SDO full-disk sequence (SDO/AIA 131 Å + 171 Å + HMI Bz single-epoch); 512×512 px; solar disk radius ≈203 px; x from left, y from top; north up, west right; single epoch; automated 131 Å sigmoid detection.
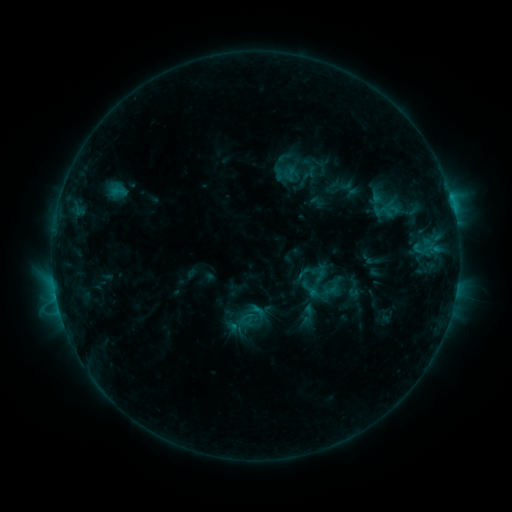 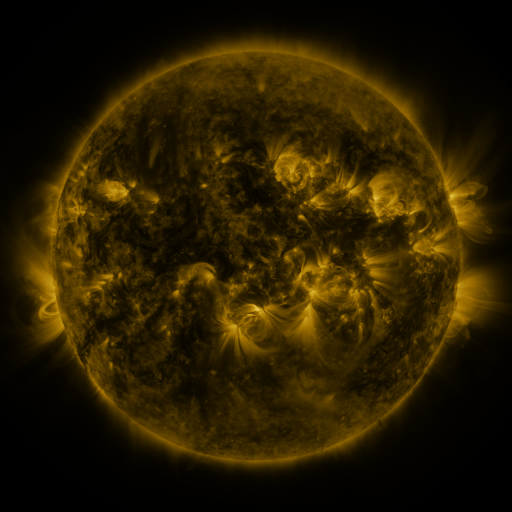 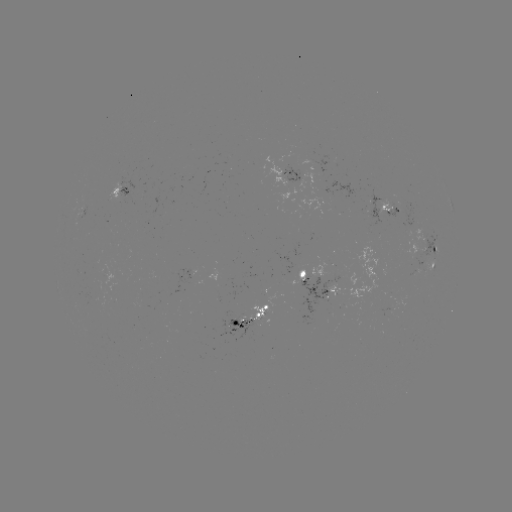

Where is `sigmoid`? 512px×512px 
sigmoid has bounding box [111, 183, 126, 199].